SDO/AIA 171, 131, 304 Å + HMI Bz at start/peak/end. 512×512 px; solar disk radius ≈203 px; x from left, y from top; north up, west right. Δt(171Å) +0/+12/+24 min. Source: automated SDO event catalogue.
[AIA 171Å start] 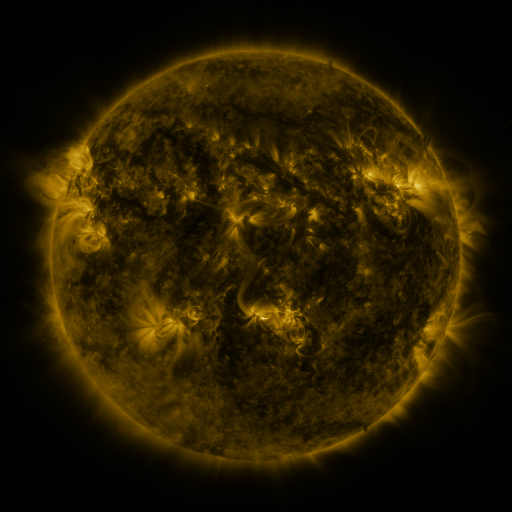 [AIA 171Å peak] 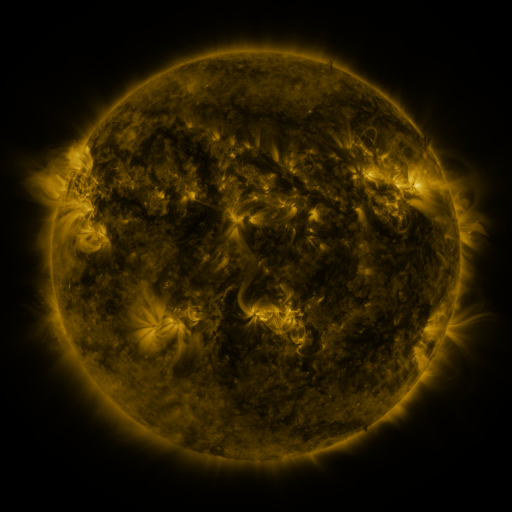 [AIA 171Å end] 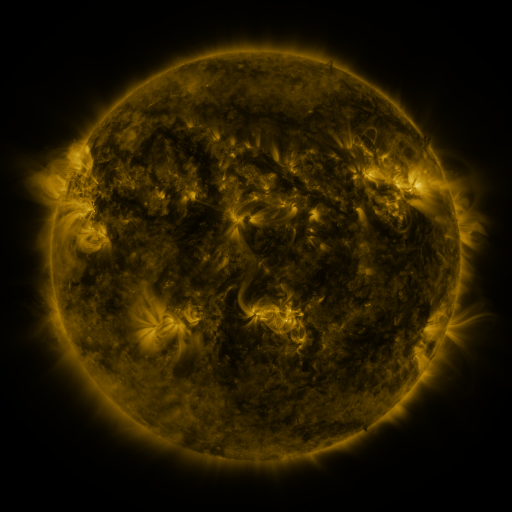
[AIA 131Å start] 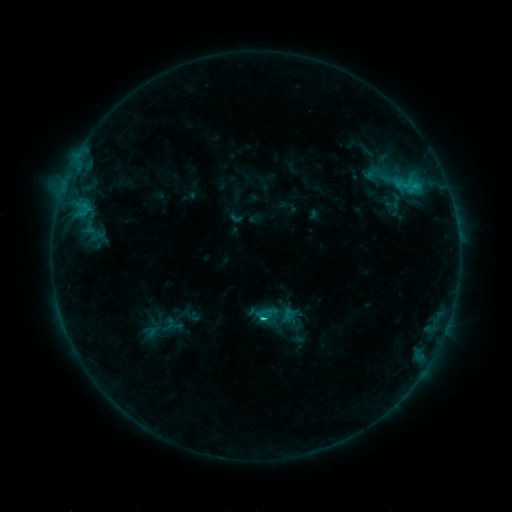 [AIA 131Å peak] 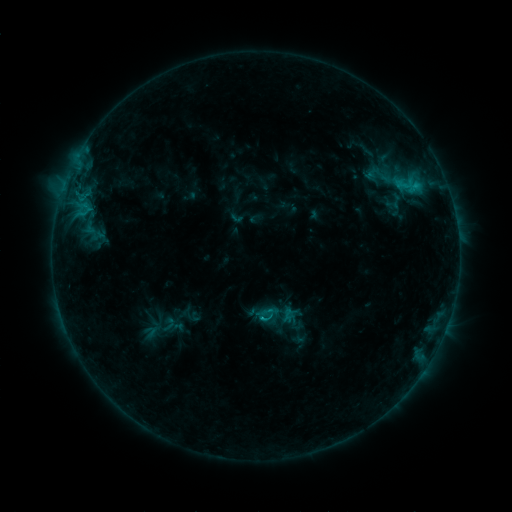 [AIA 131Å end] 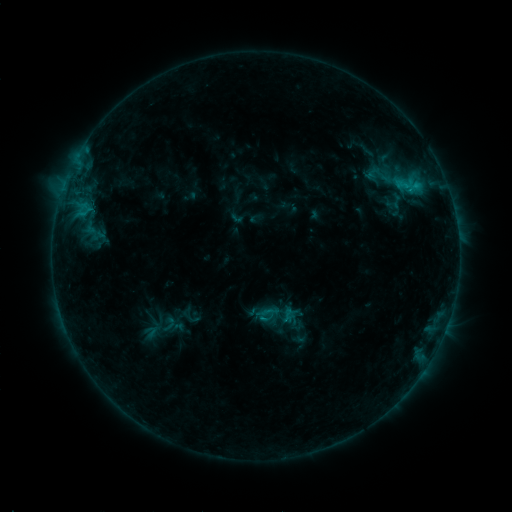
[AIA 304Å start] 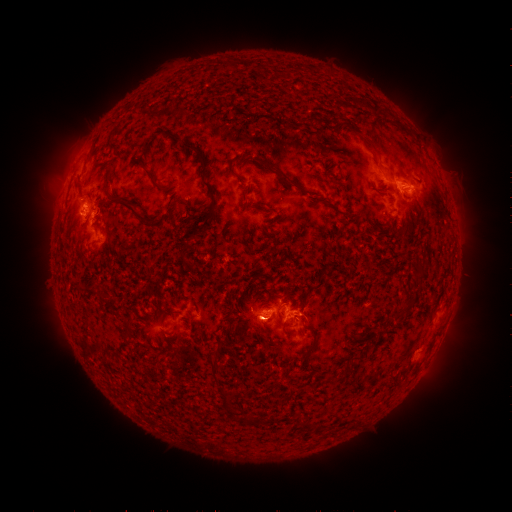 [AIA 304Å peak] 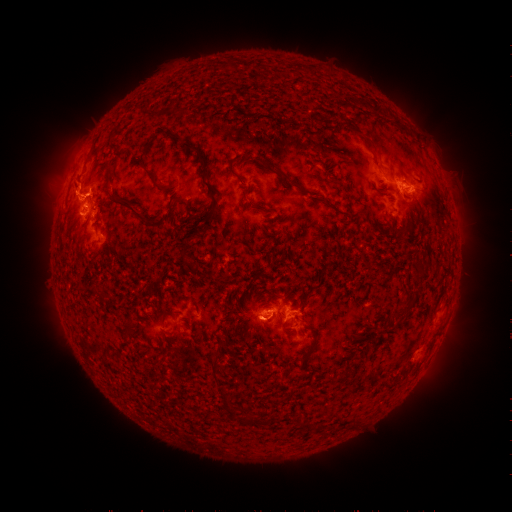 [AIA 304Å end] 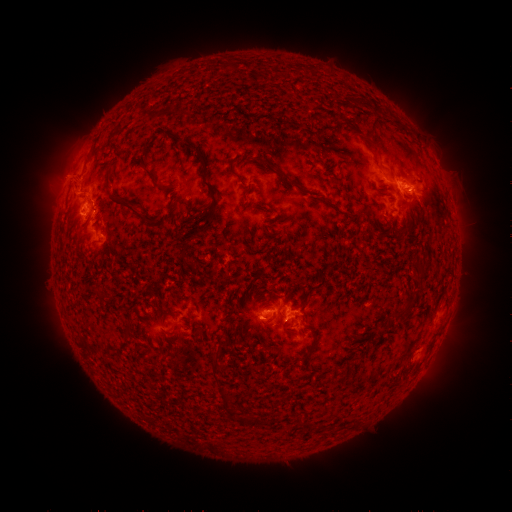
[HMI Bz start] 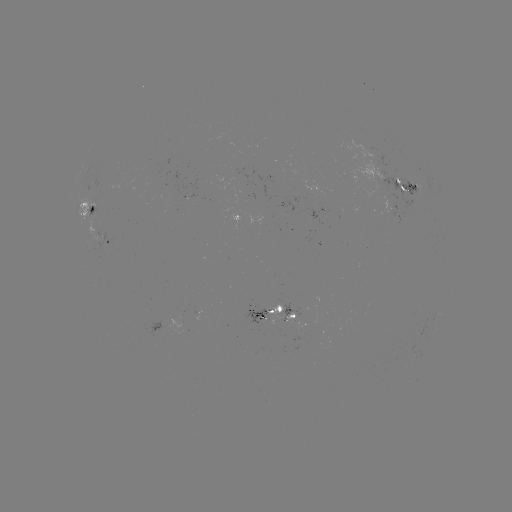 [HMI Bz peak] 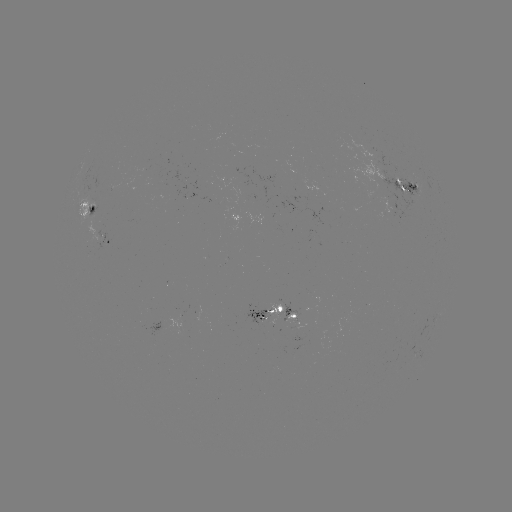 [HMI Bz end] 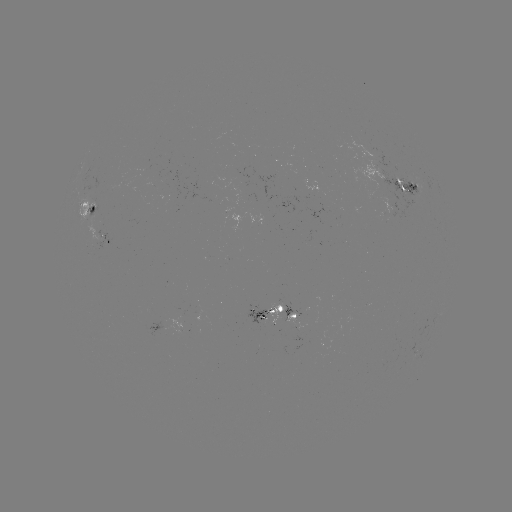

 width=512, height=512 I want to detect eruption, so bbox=[43, 161, 128, 217].